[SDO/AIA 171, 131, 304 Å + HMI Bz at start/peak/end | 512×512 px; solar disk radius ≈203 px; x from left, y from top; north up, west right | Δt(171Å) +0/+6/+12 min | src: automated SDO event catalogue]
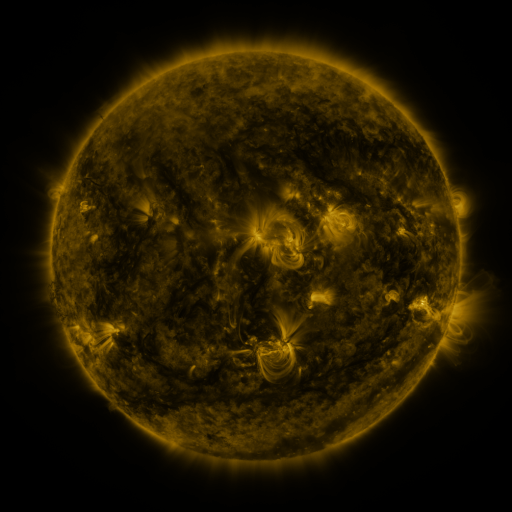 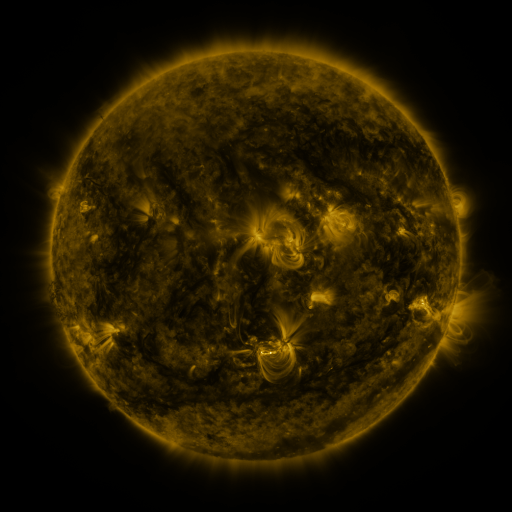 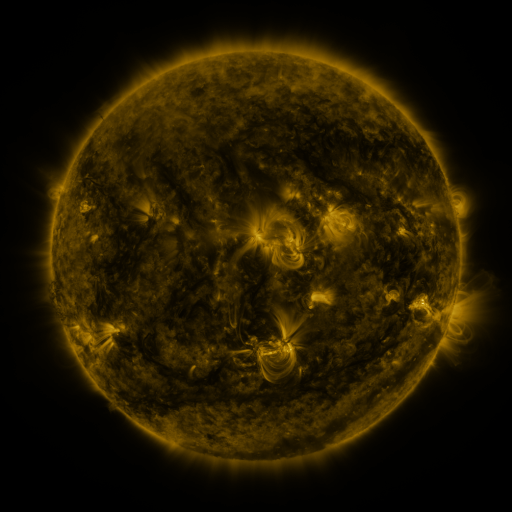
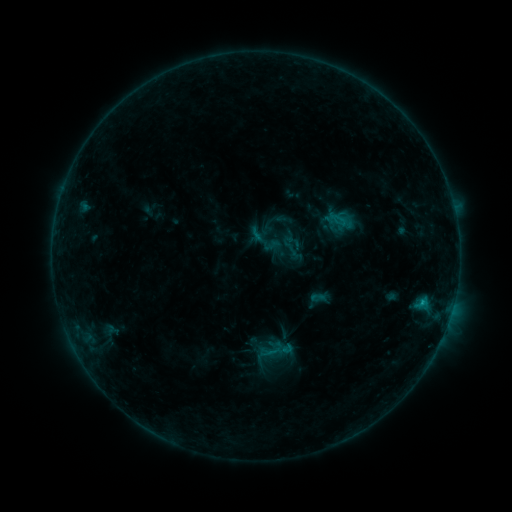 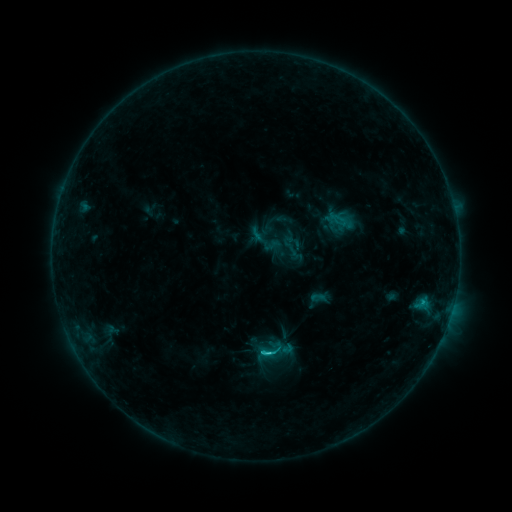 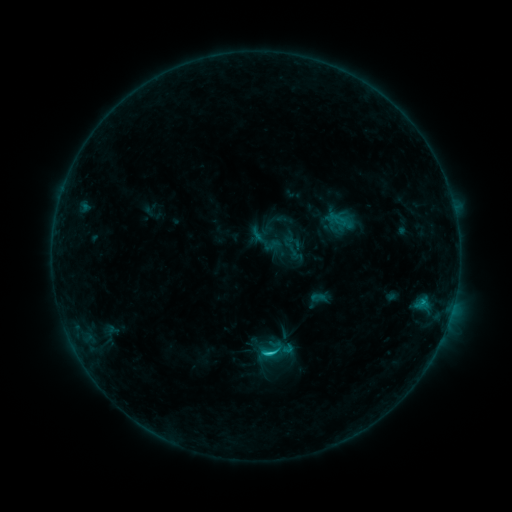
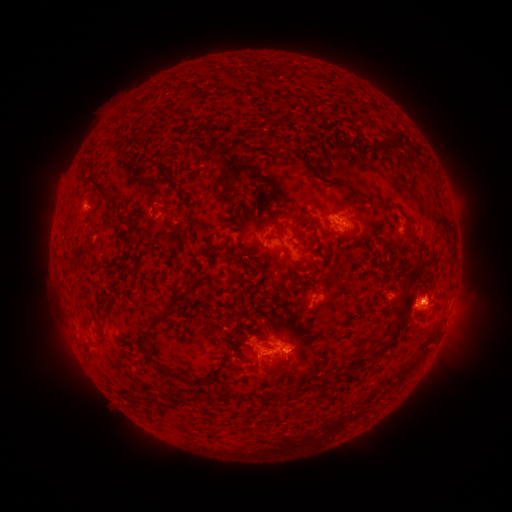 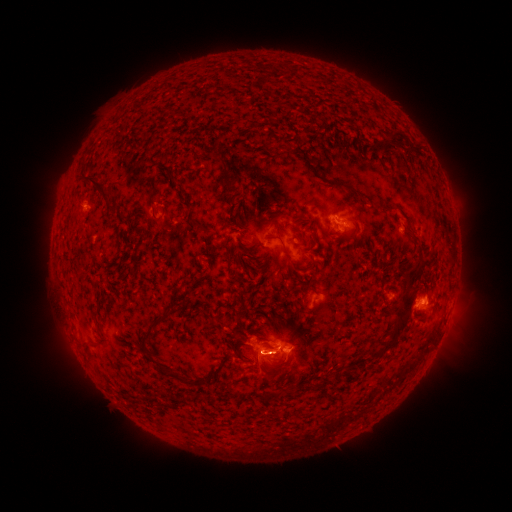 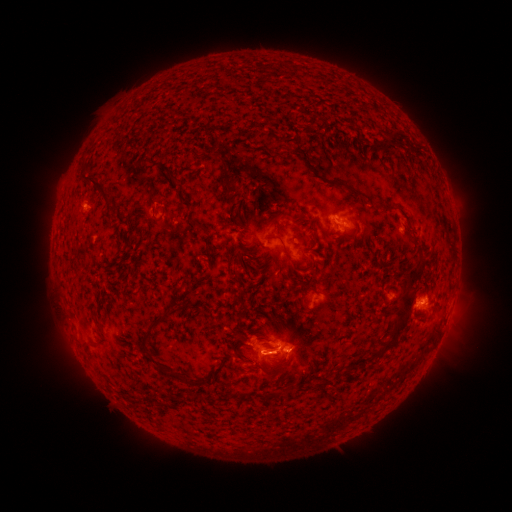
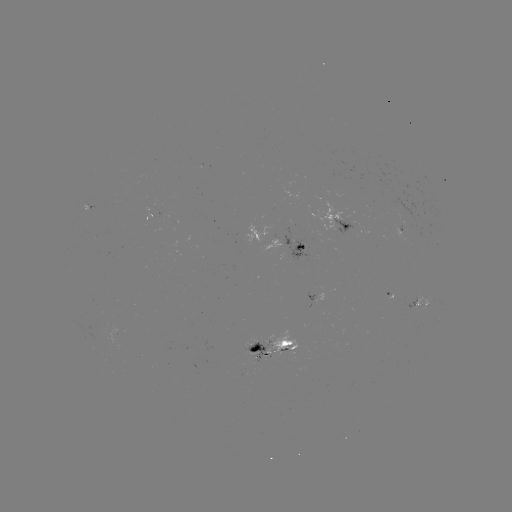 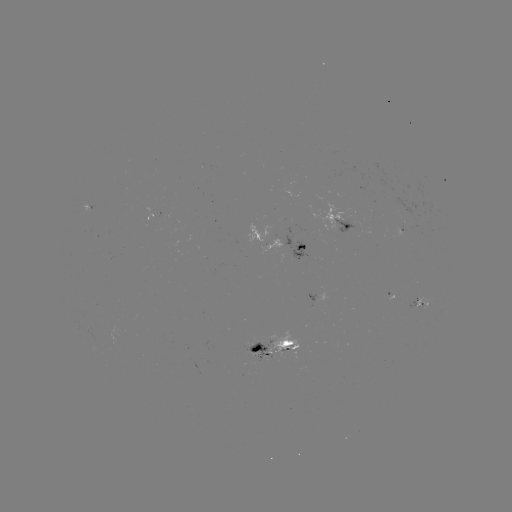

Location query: C1.9 flare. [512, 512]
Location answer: (269, 351).